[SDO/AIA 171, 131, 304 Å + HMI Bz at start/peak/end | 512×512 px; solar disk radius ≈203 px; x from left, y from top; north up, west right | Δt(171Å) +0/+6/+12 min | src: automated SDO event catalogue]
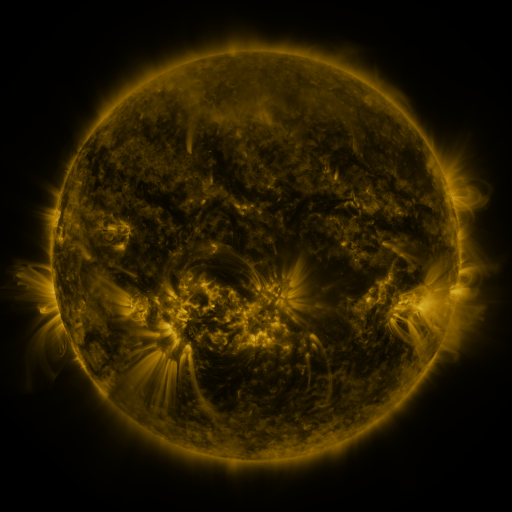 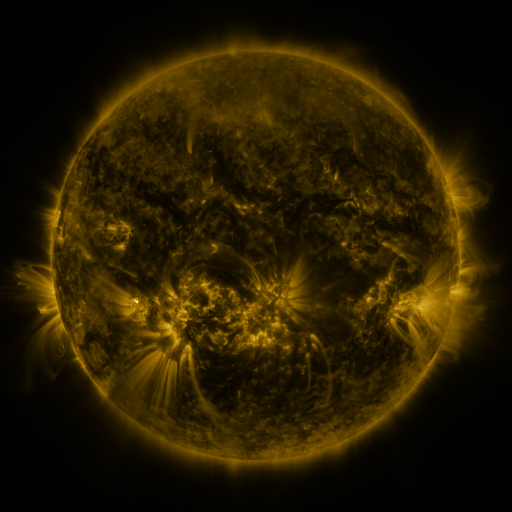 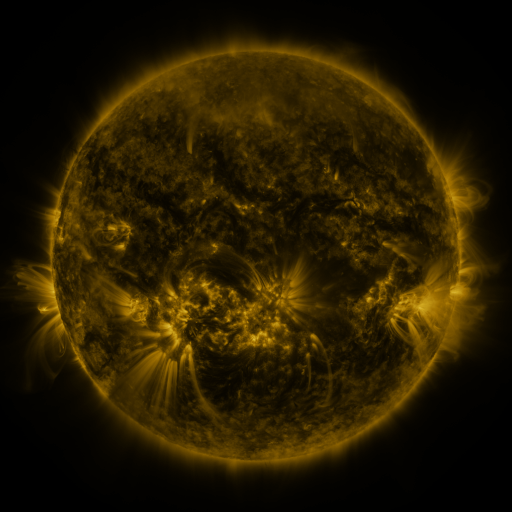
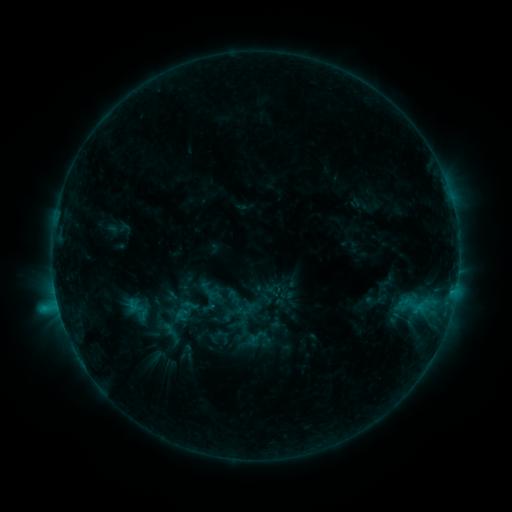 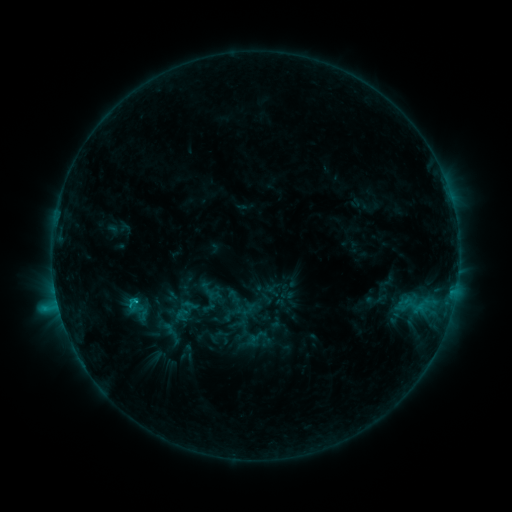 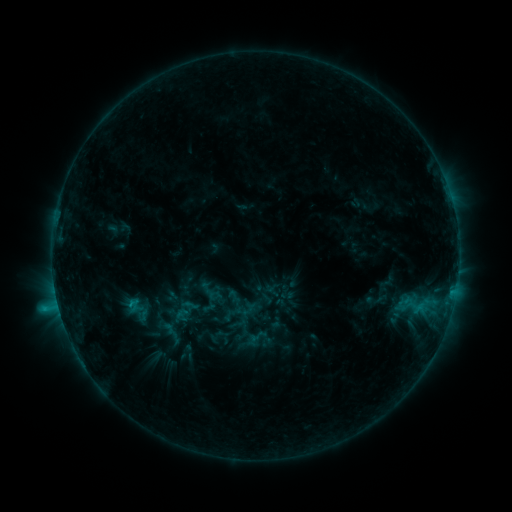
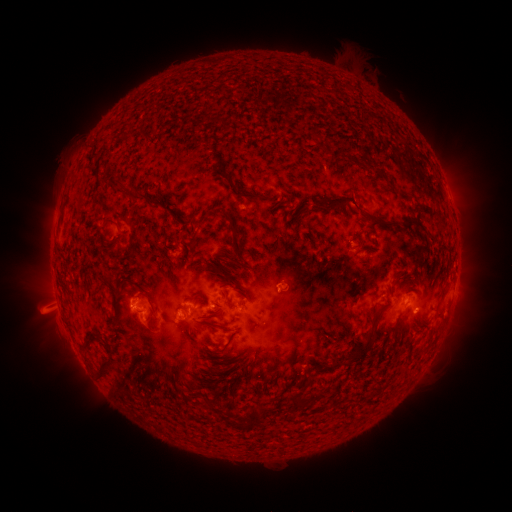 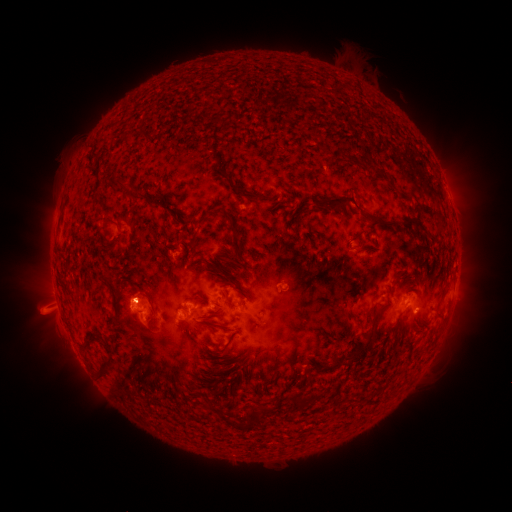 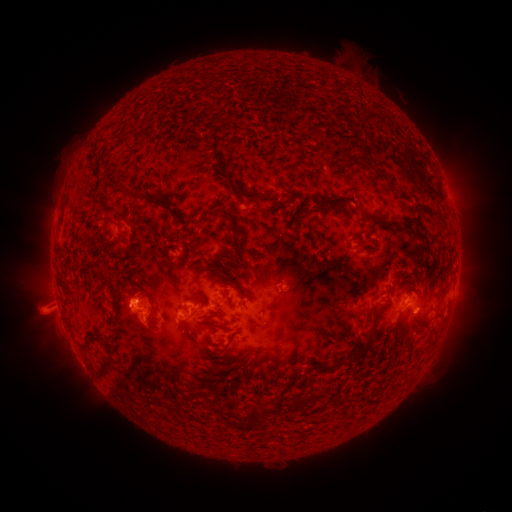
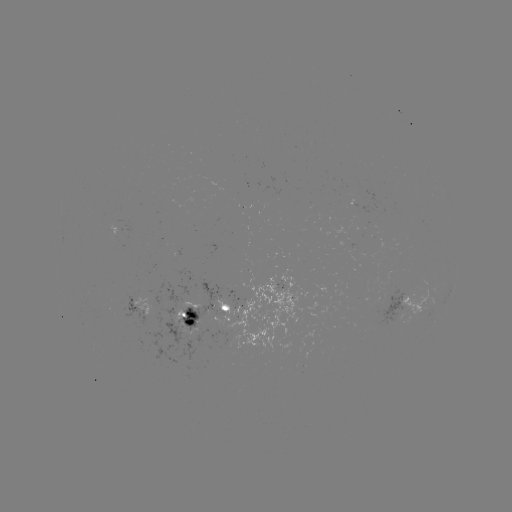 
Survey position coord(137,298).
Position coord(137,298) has C1.3 flare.